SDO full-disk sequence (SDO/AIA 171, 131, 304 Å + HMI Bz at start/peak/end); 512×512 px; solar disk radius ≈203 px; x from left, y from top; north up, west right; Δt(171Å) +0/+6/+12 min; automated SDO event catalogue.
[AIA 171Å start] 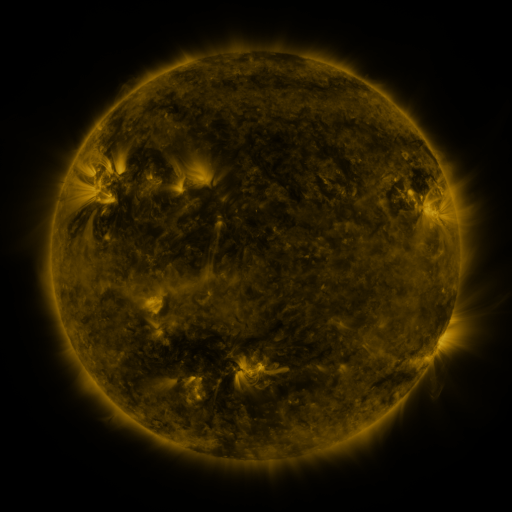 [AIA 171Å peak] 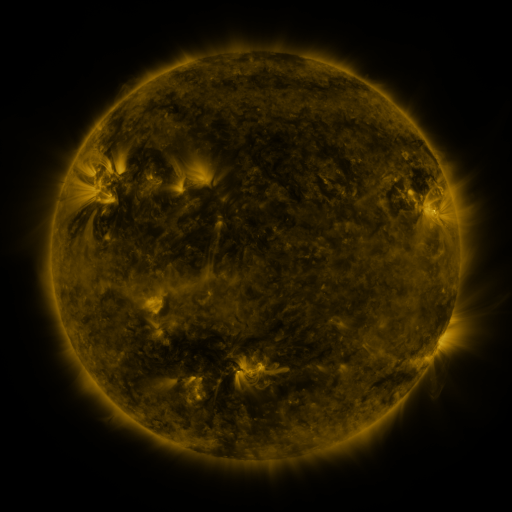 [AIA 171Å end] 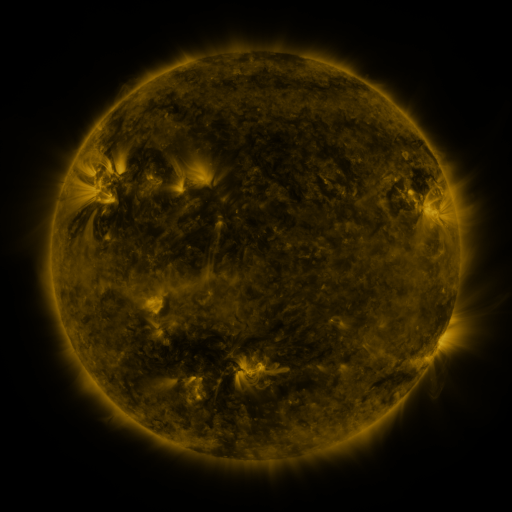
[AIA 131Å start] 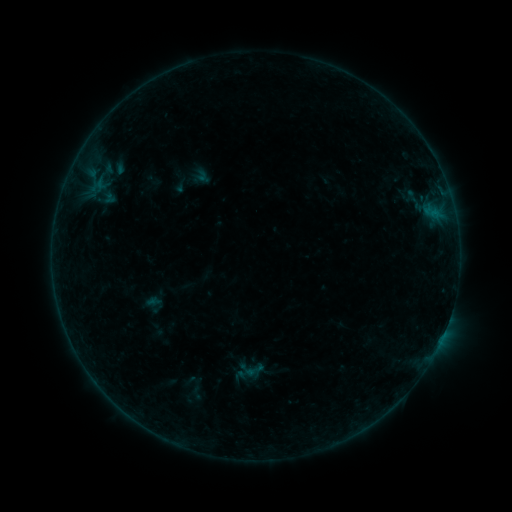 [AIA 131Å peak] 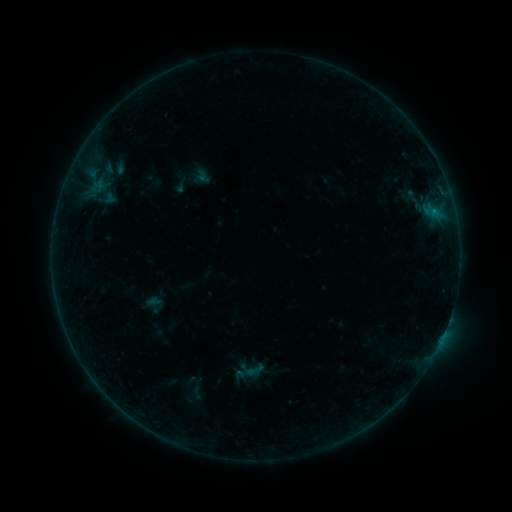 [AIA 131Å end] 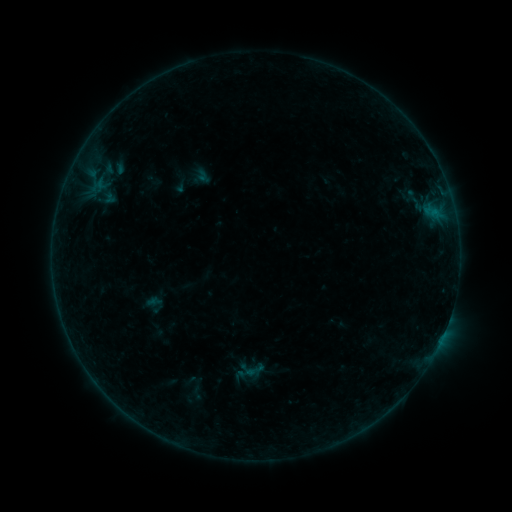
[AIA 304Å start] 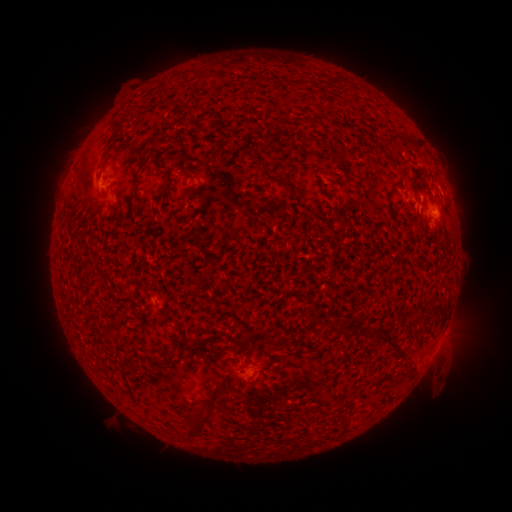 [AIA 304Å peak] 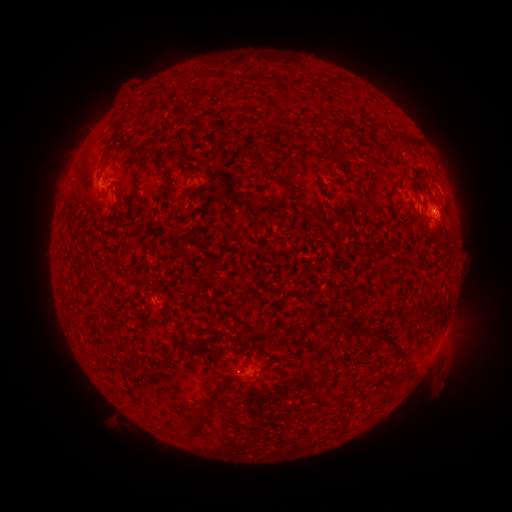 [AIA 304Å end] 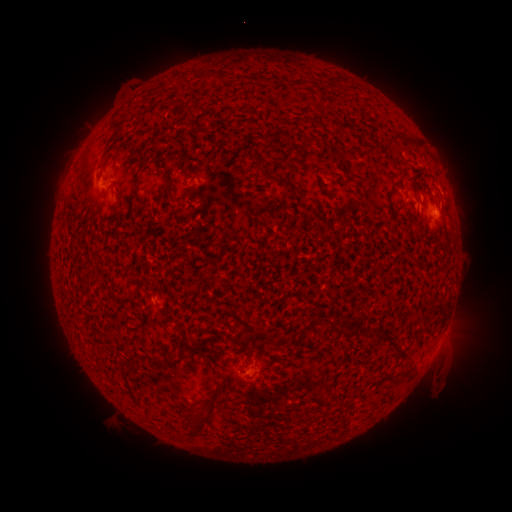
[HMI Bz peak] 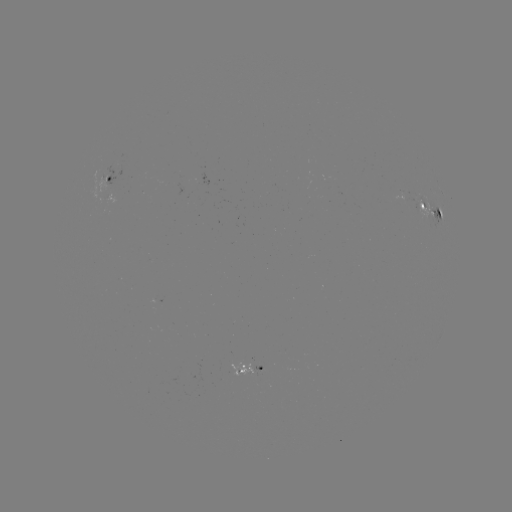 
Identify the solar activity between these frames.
B2.0 flare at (434, 213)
